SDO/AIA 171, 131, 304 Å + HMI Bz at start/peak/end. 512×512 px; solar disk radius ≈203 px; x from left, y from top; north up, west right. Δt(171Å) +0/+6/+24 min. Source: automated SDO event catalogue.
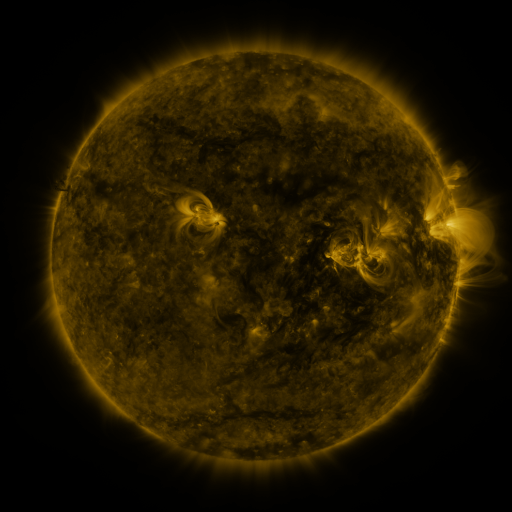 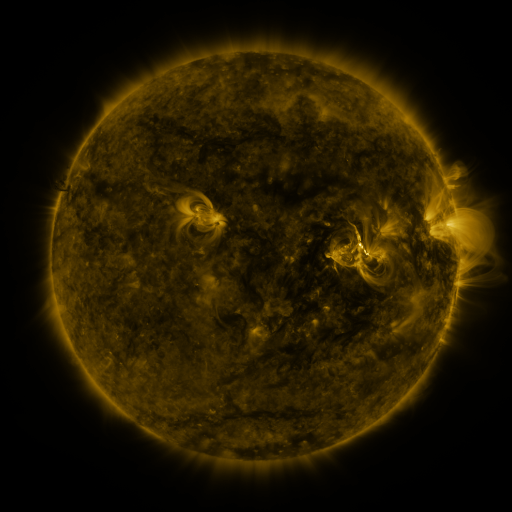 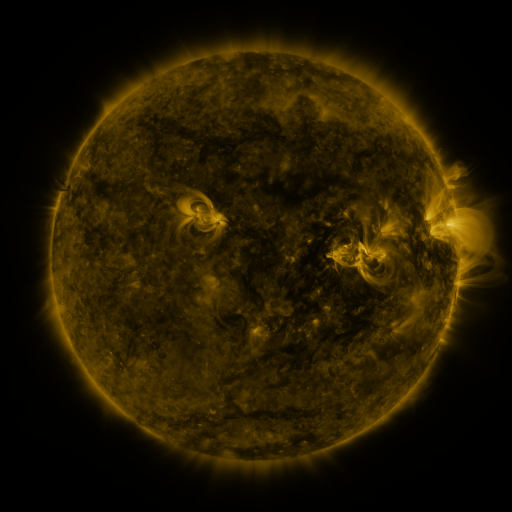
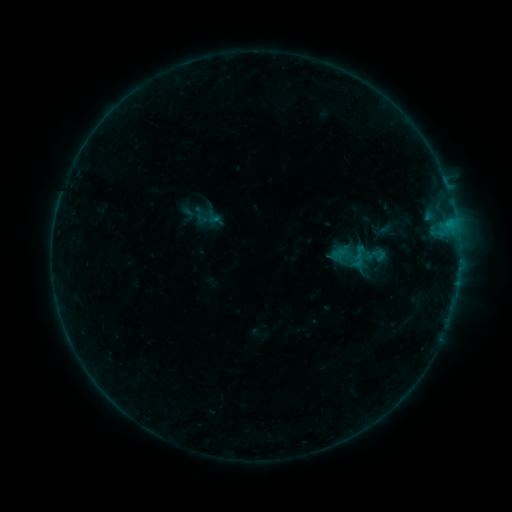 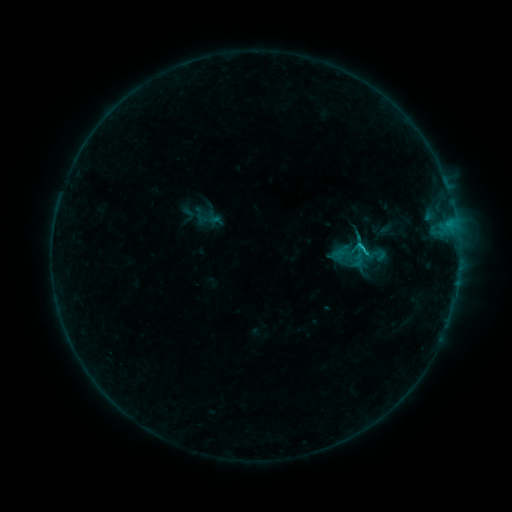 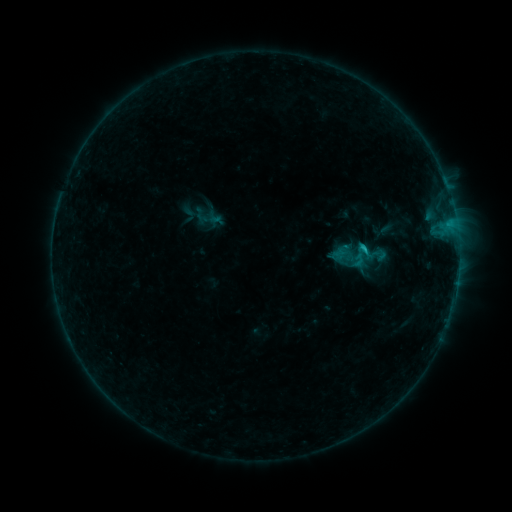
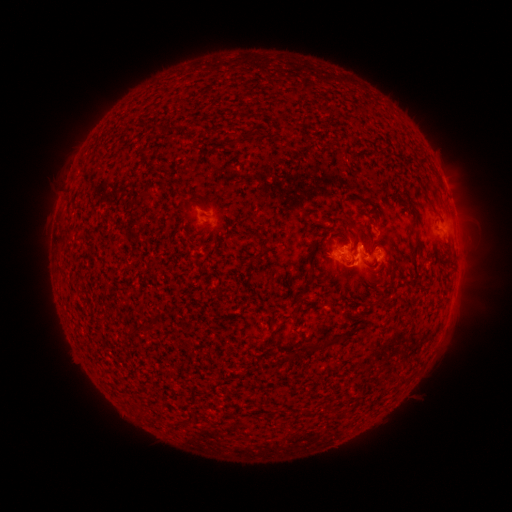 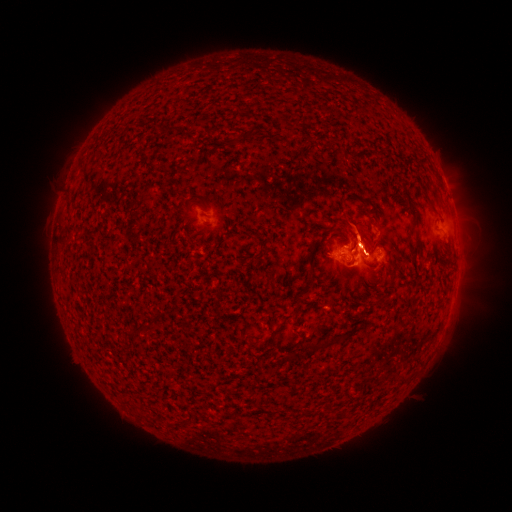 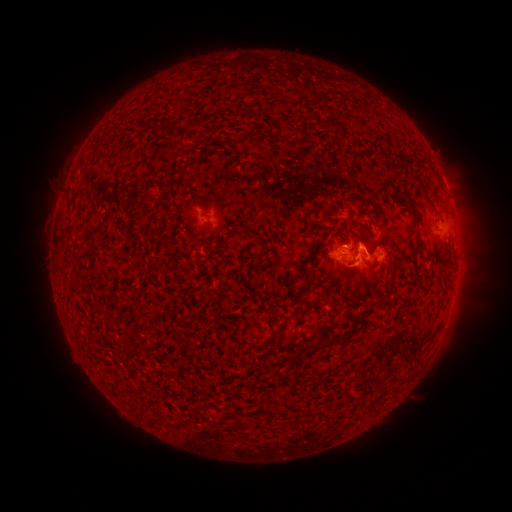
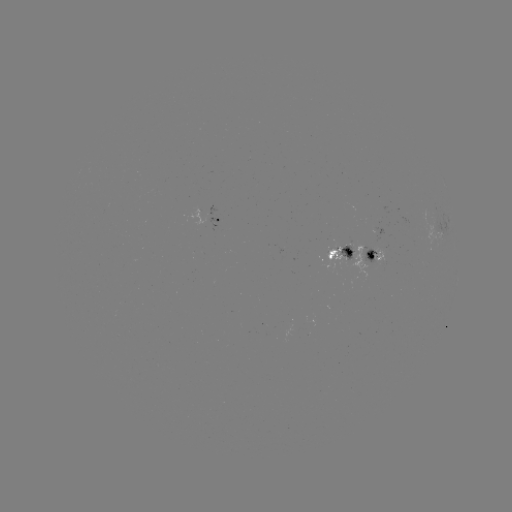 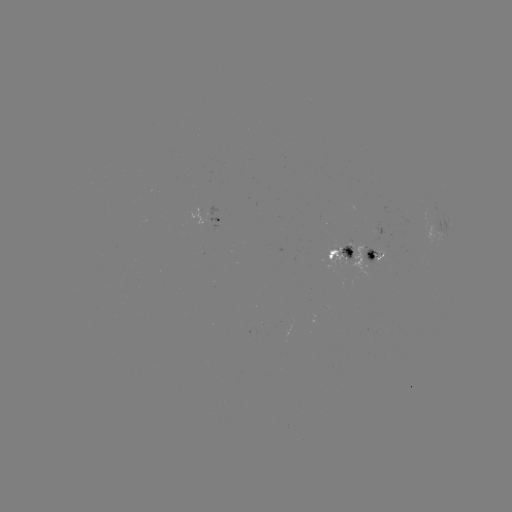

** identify C1.3 flare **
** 360,249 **